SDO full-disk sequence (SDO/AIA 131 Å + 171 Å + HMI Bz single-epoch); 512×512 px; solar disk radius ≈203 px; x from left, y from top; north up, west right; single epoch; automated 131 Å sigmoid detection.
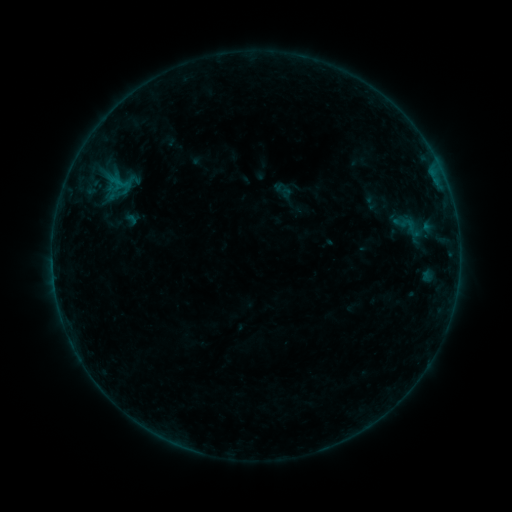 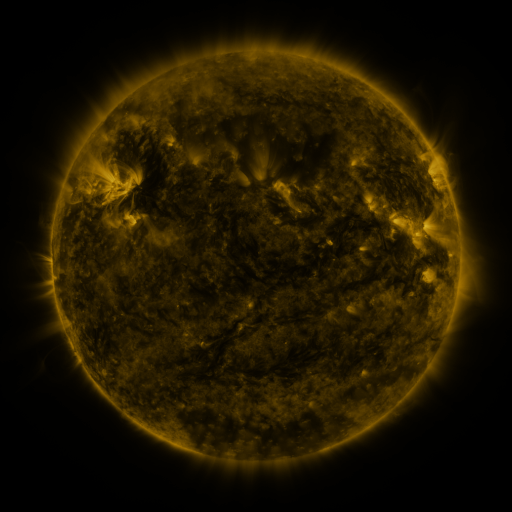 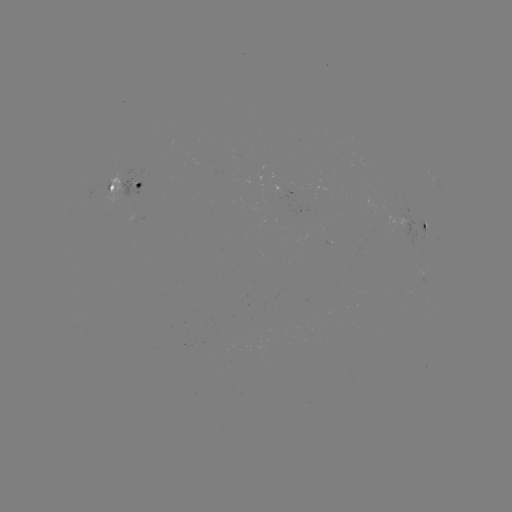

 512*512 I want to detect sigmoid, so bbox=[396, 211, 424, 244].